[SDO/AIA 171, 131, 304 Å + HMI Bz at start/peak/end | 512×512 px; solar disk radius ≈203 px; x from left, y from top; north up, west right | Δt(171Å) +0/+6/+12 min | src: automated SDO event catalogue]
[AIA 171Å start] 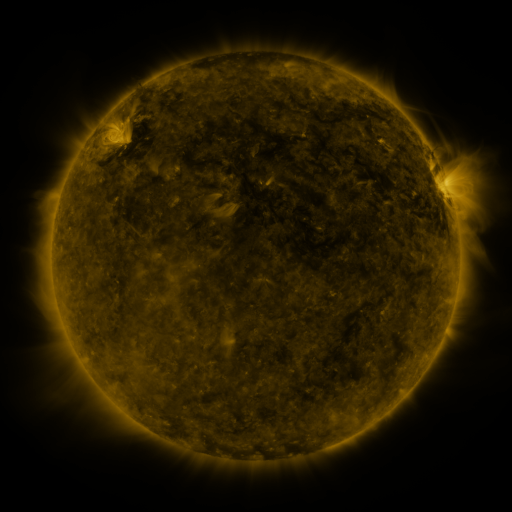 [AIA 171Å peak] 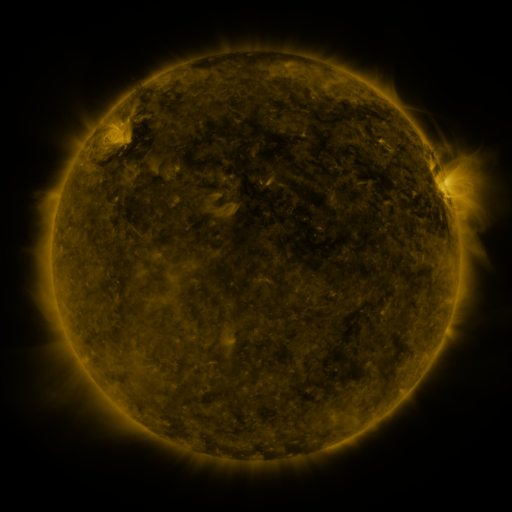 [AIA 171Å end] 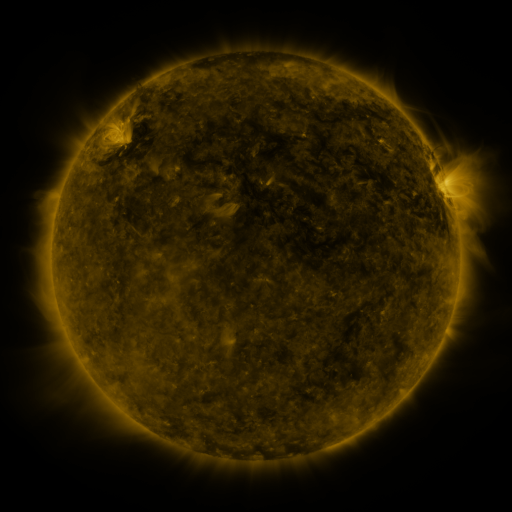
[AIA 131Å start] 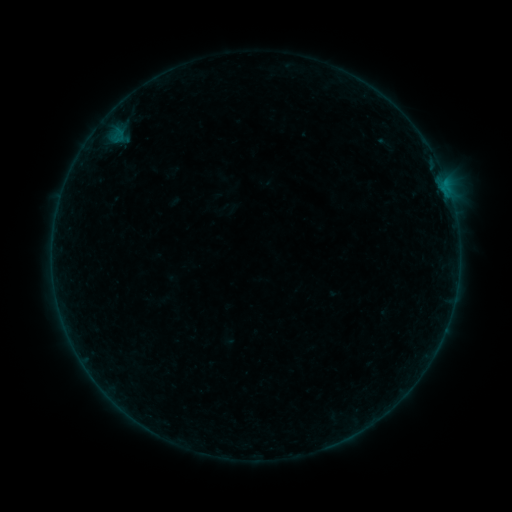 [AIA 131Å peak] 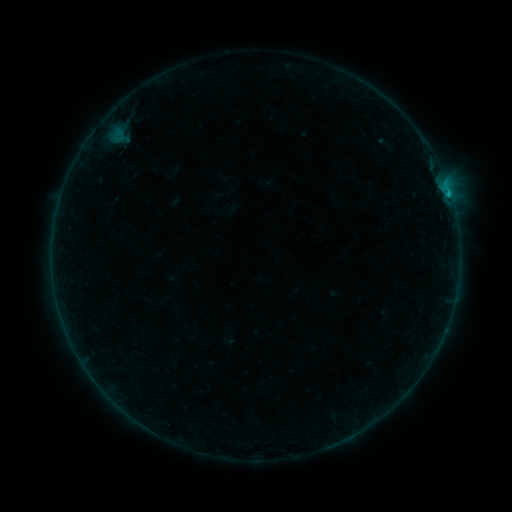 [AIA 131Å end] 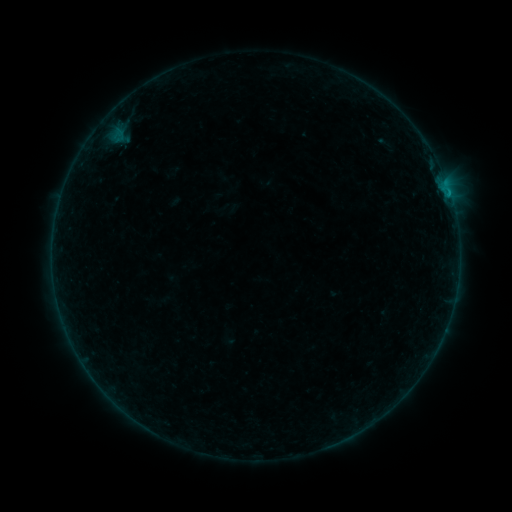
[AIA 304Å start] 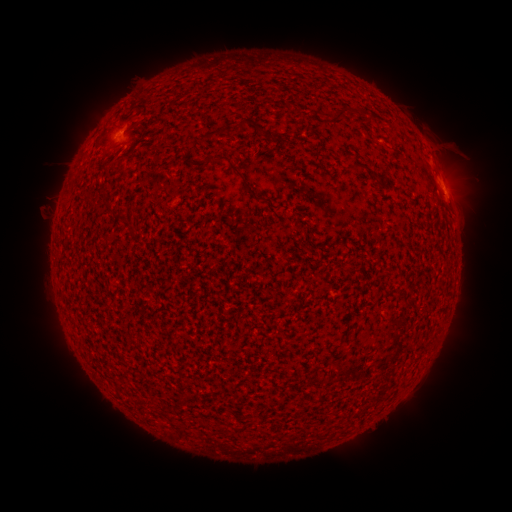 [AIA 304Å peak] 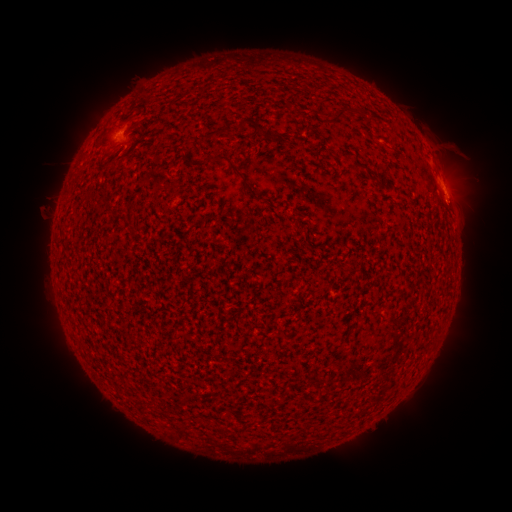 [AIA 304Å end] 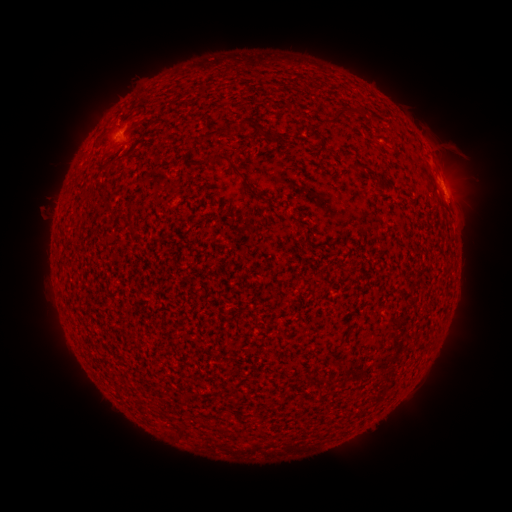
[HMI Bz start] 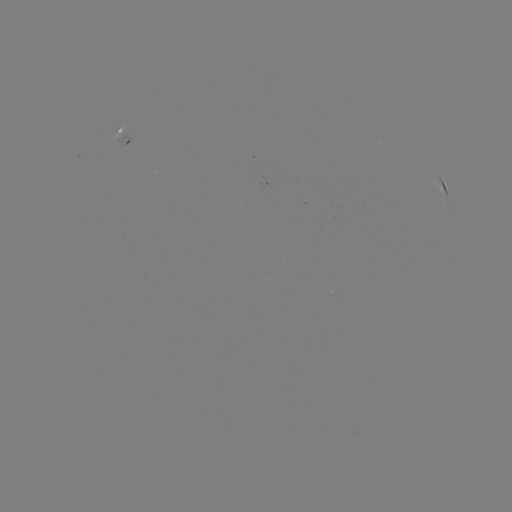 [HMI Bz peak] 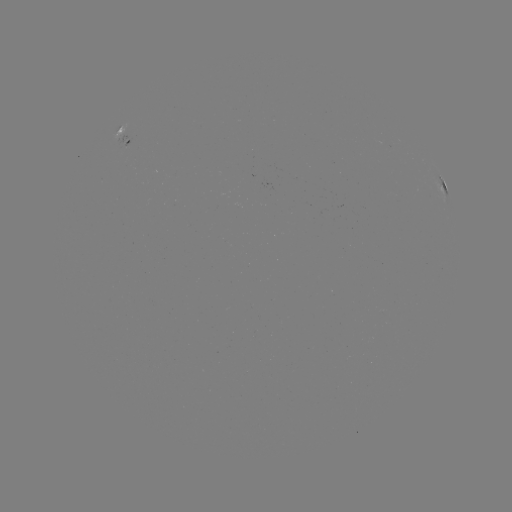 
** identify B4.6 flare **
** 450,197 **